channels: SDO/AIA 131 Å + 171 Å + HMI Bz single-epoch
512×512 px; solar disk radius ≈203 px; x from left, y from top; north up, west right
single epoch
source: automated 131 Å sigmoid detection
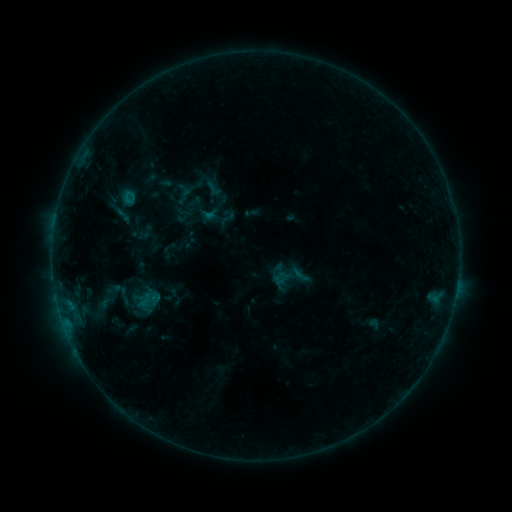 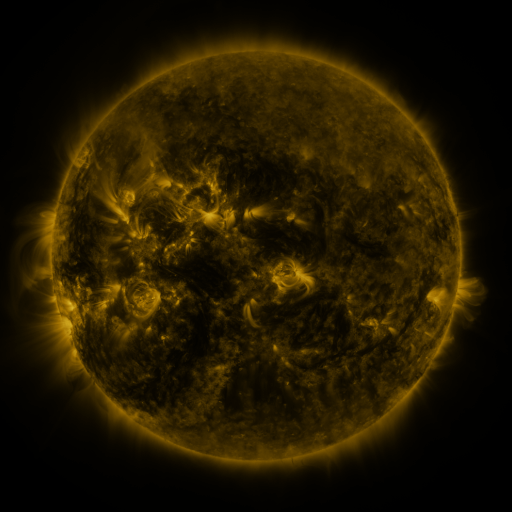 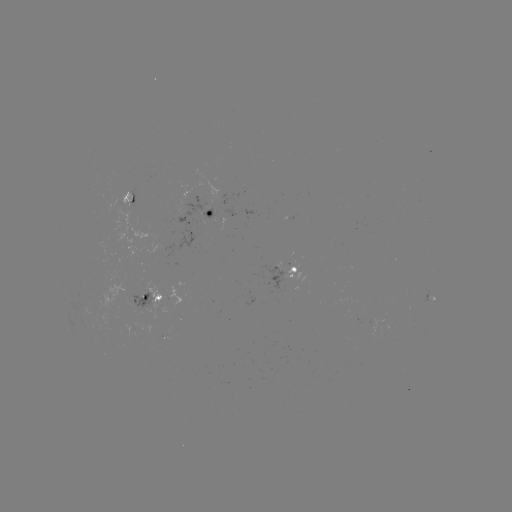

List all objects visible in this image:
sigmoid: (124, 297)
